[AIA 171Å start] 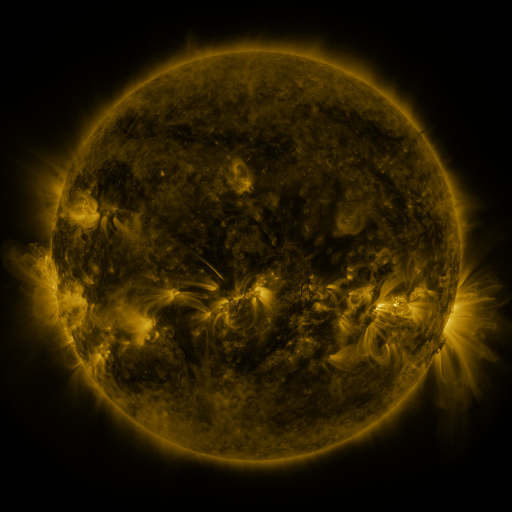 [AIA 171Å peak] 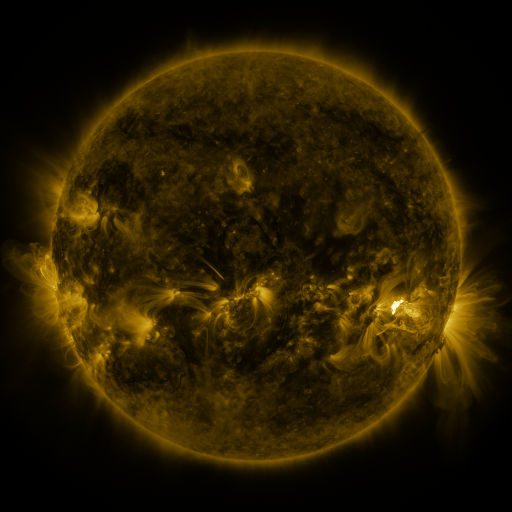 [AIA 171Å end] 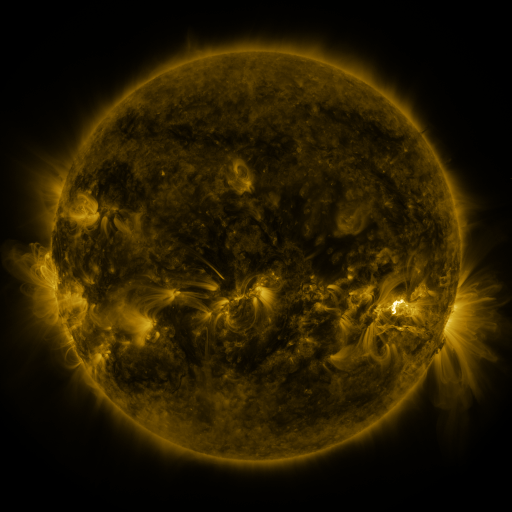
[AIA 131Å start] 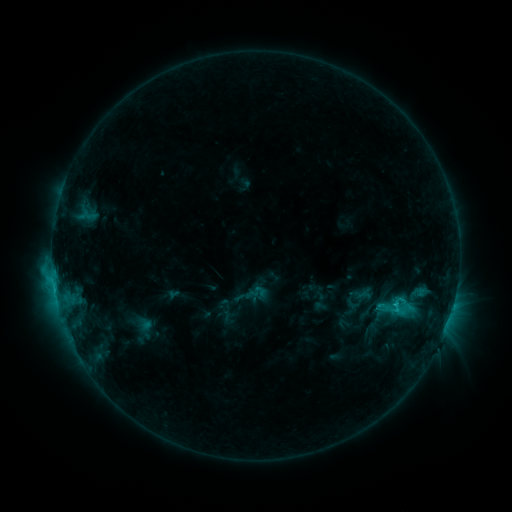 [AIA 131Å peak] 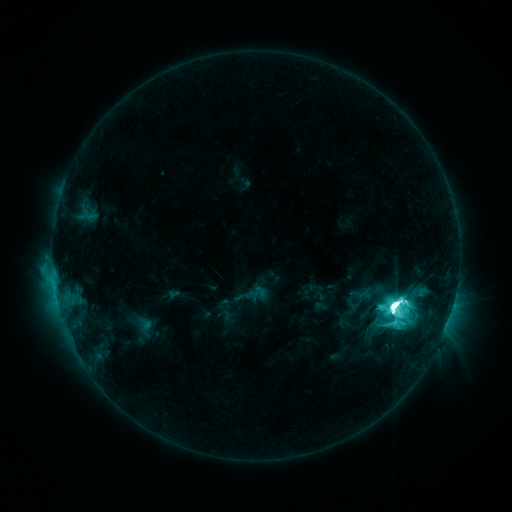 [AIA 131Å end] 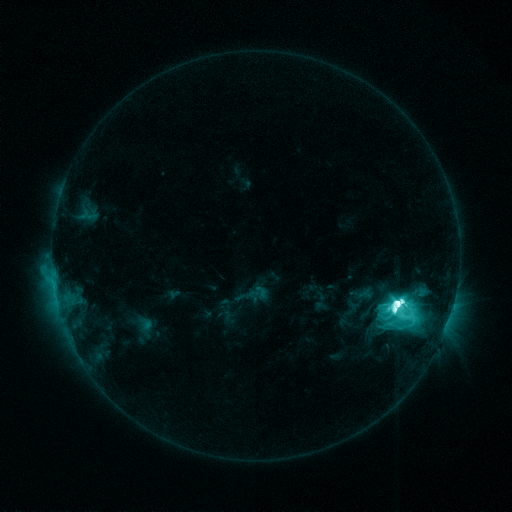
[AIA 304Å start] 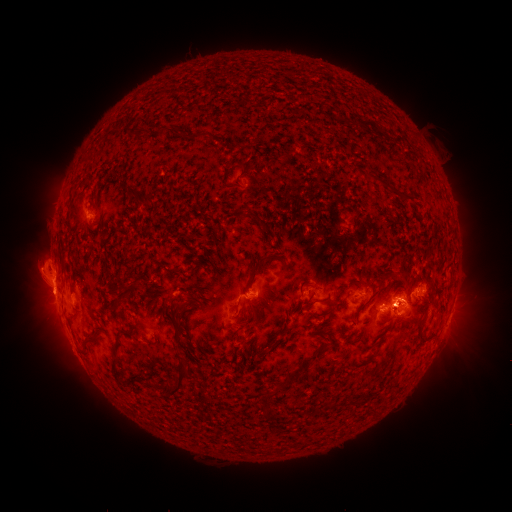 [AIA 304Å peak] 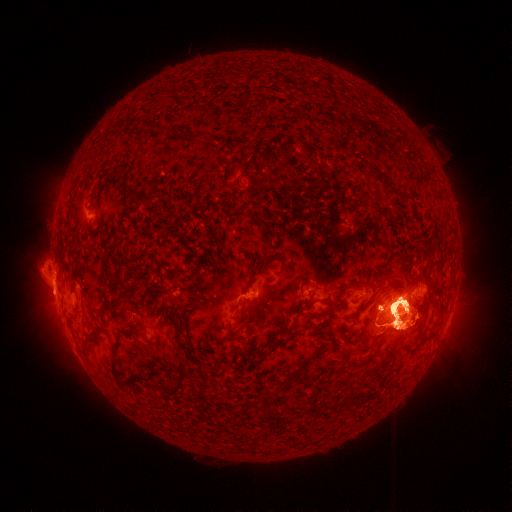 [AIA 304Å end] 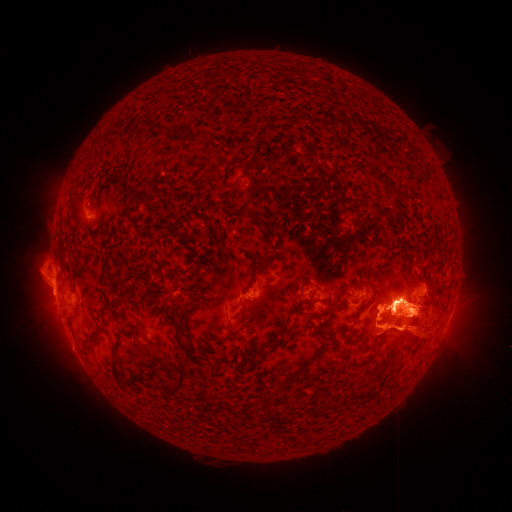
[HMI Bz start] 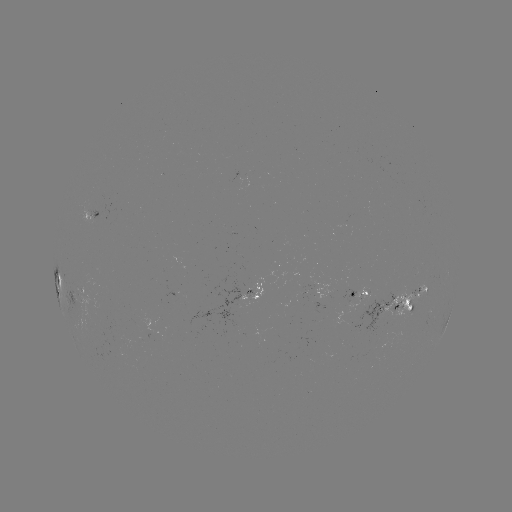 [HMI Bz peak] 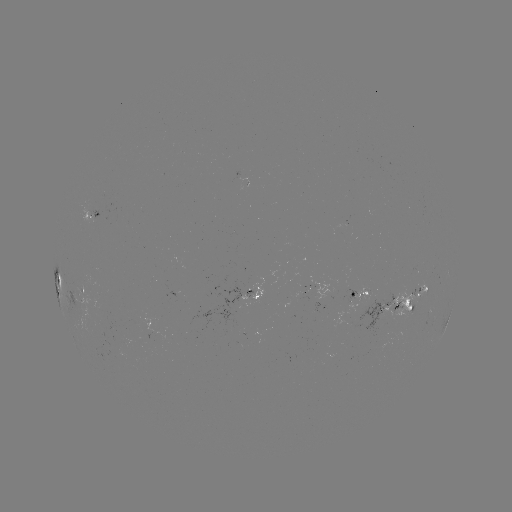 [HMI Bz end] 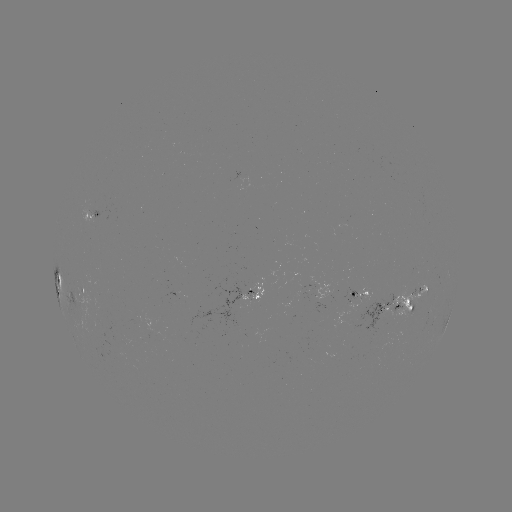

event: eruption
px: (412, 316)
